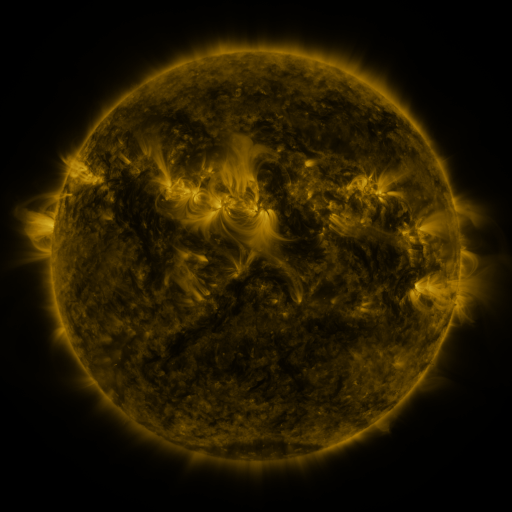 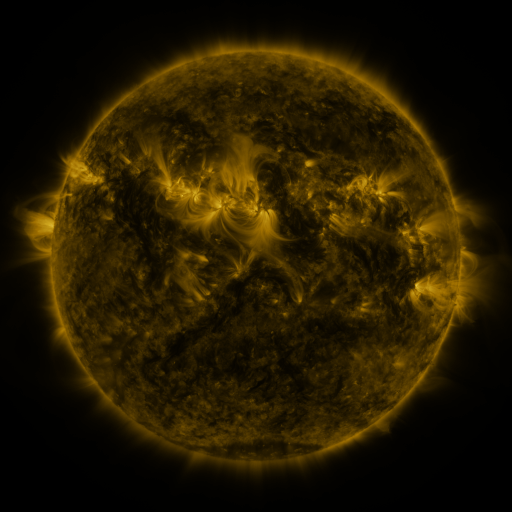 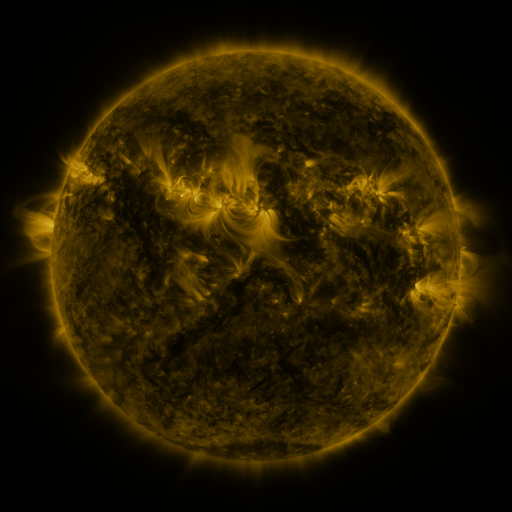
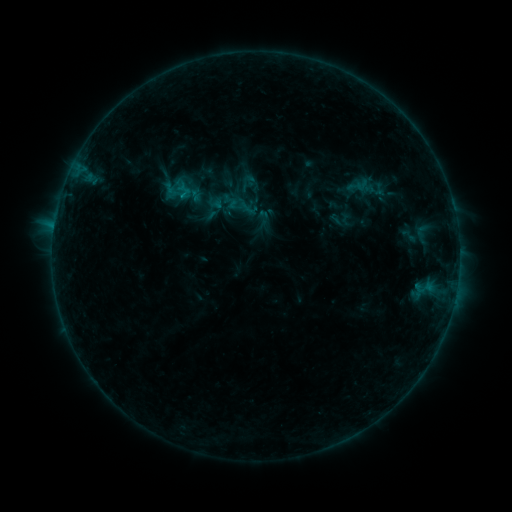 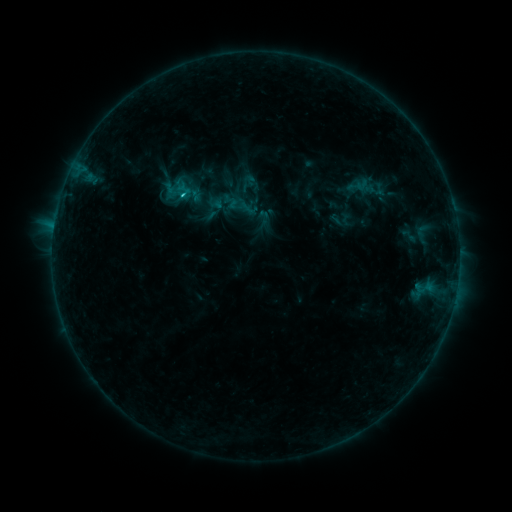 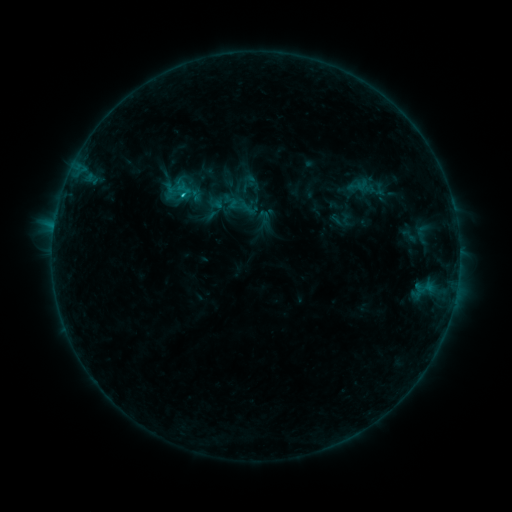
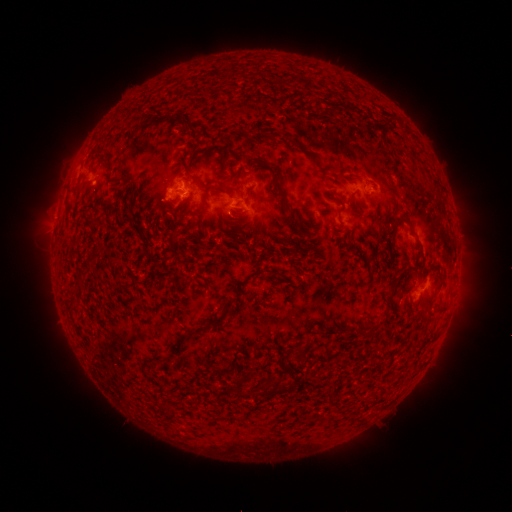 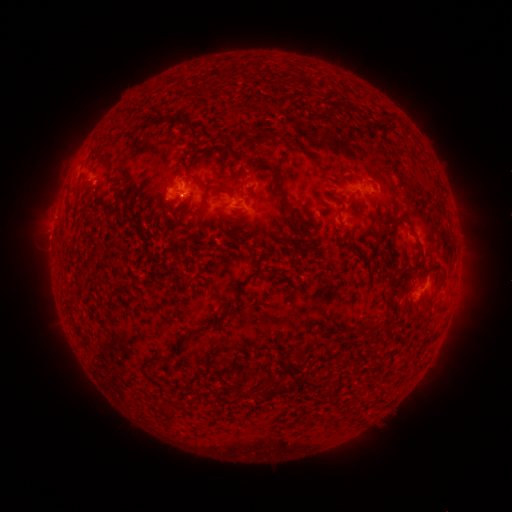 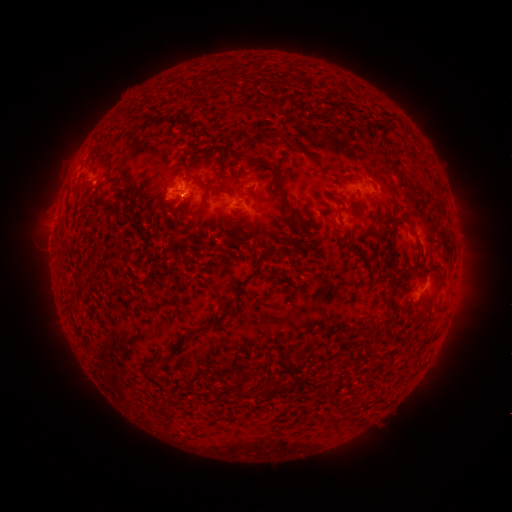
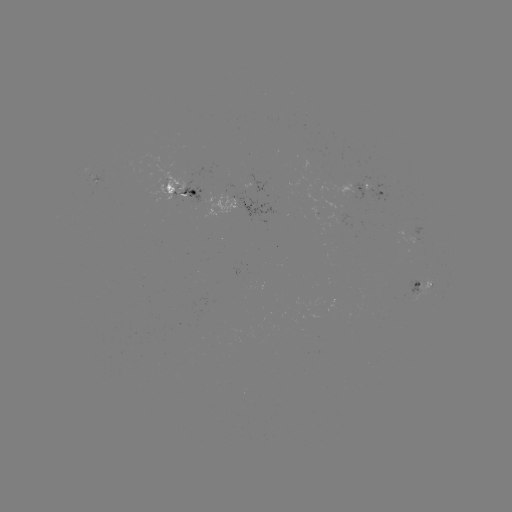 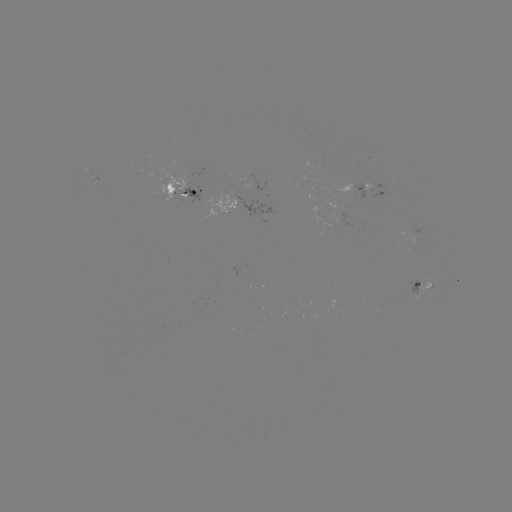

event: flare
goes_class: B9.1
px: (184, 195)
